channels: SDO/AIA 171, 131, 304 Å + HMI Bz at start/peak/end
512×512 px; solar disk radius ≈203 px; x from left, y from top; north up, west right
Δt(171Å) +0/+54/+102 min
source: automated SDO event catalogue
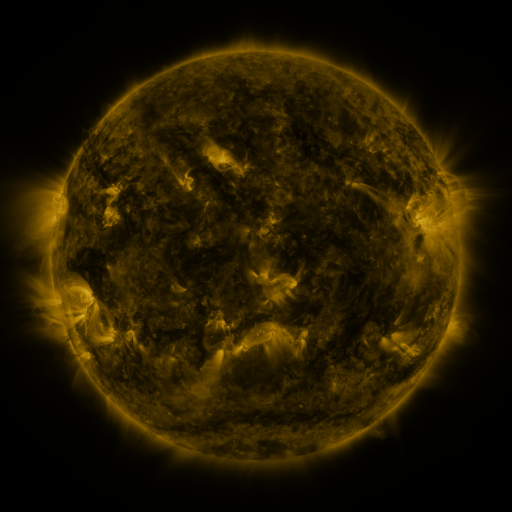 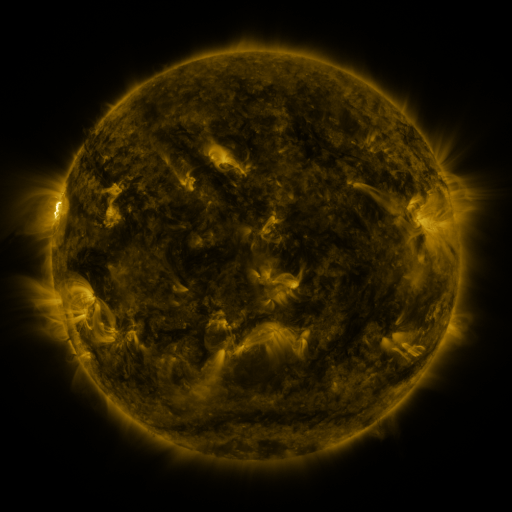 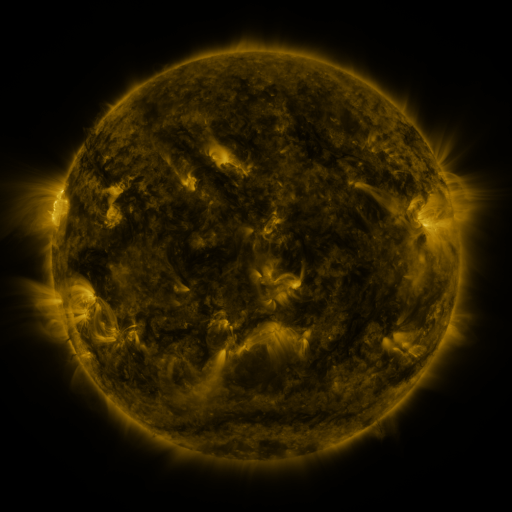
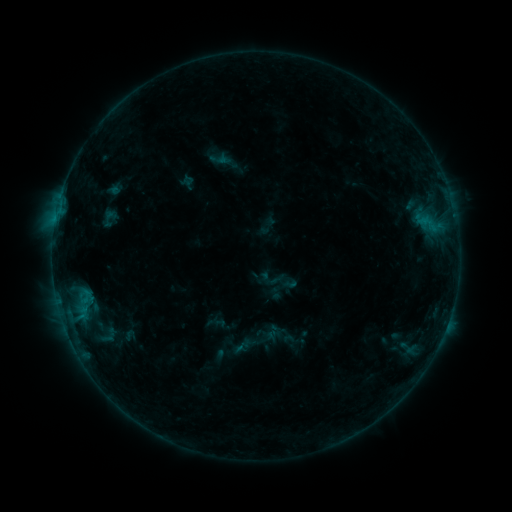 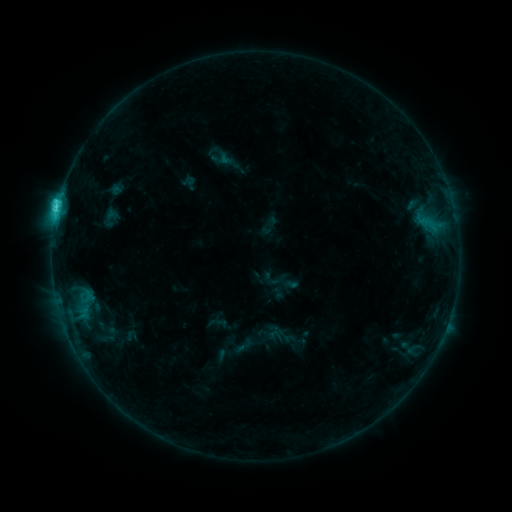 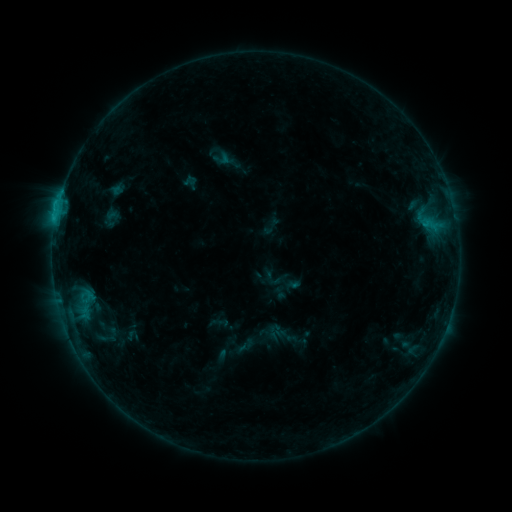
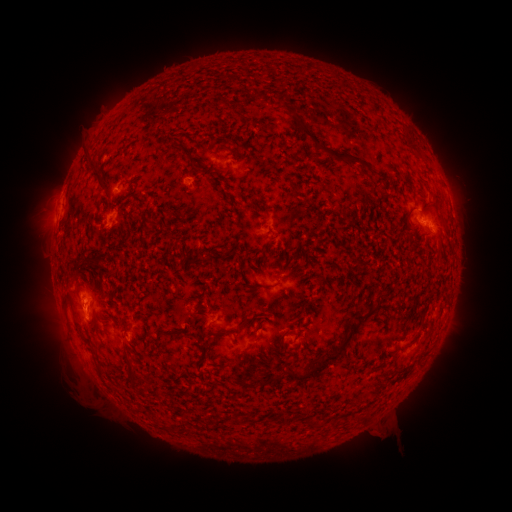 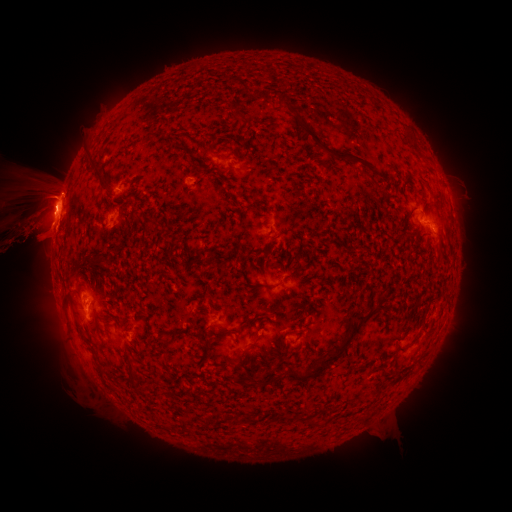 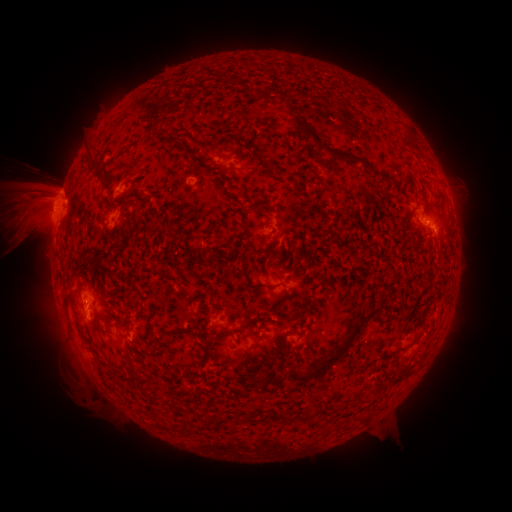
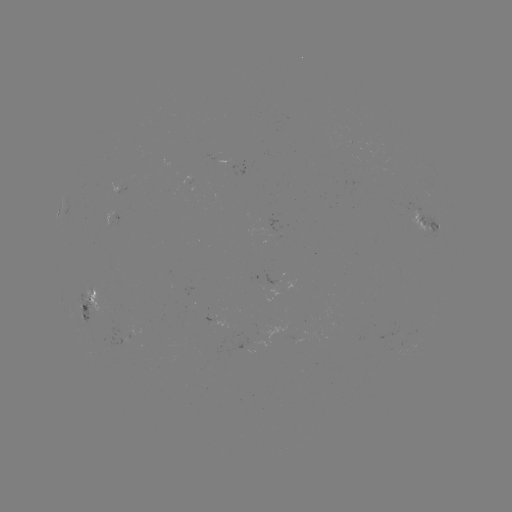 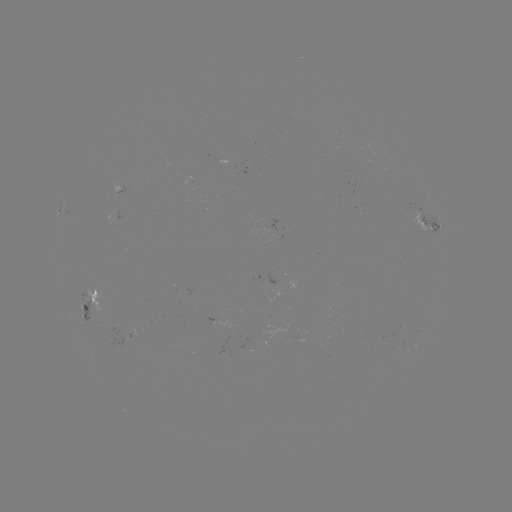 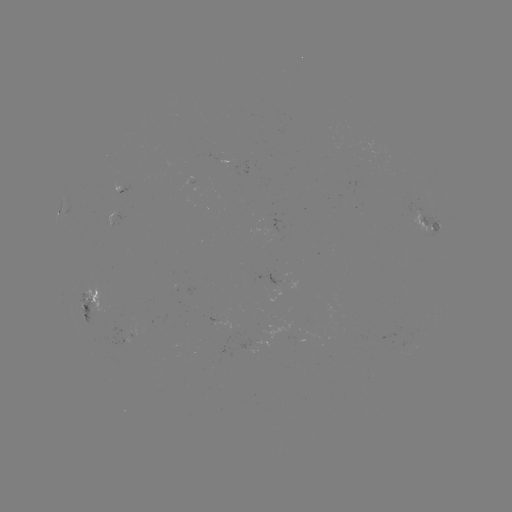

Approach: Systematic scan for filament eruption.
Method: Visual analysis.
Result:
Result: filament eruption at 42,235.